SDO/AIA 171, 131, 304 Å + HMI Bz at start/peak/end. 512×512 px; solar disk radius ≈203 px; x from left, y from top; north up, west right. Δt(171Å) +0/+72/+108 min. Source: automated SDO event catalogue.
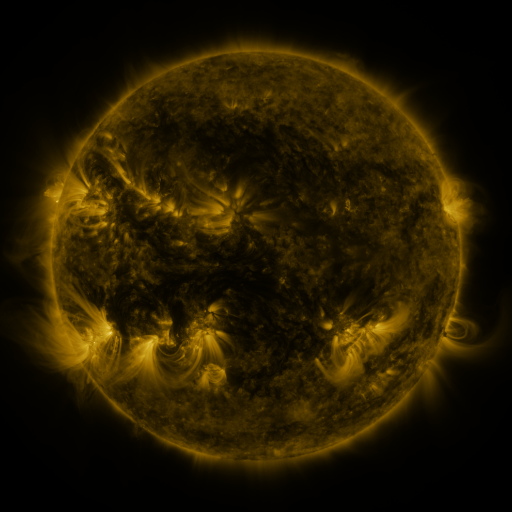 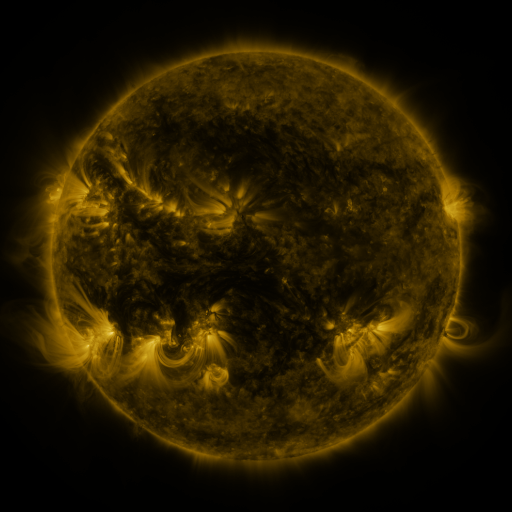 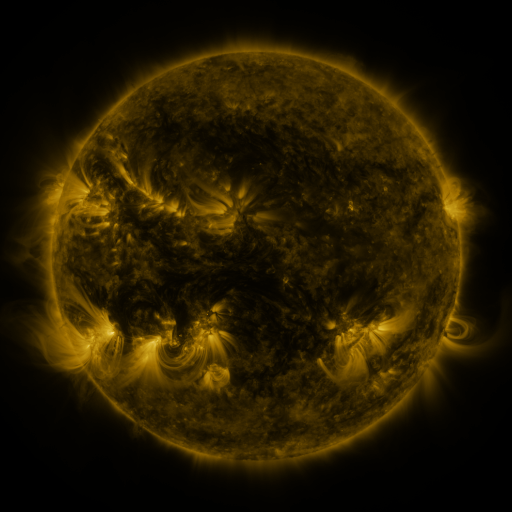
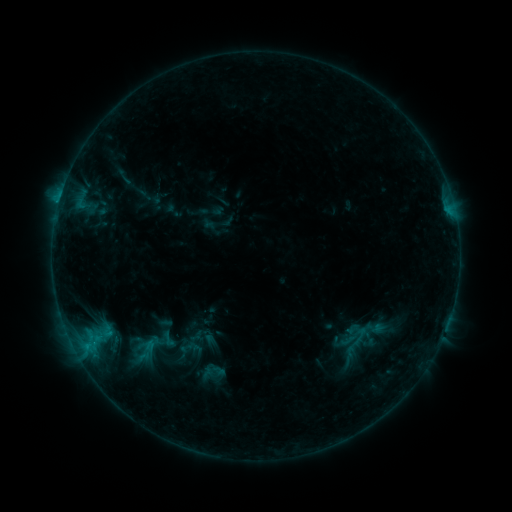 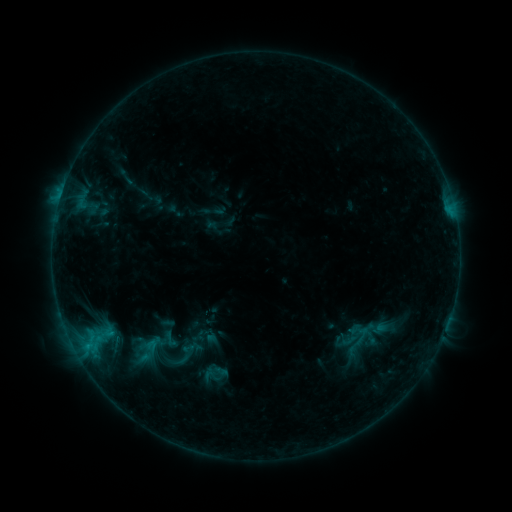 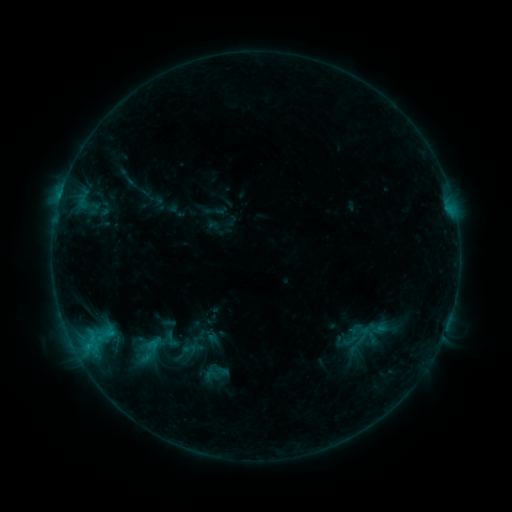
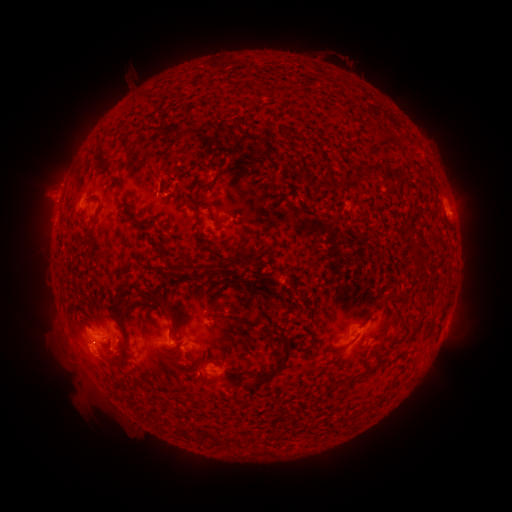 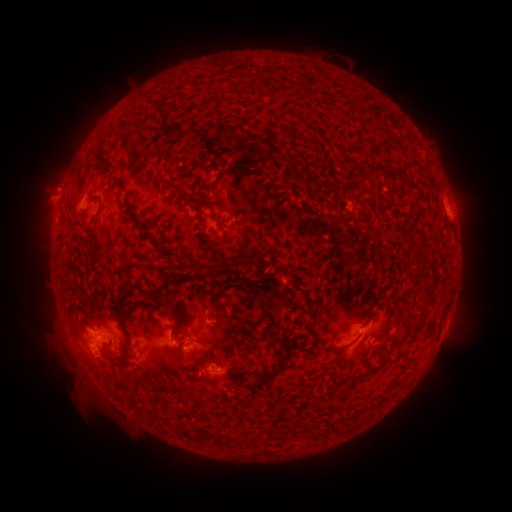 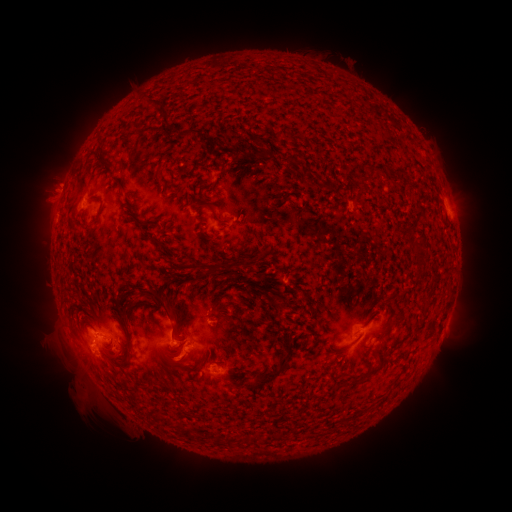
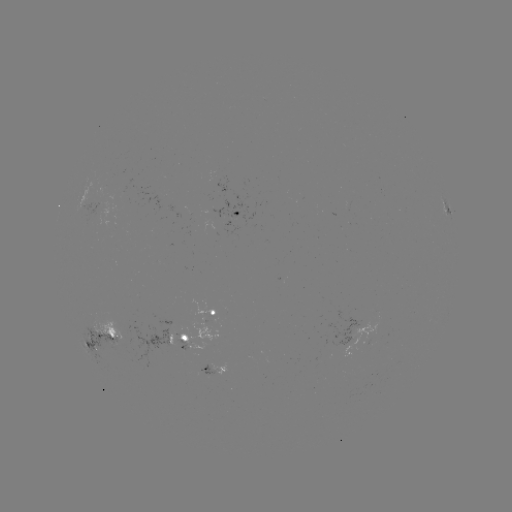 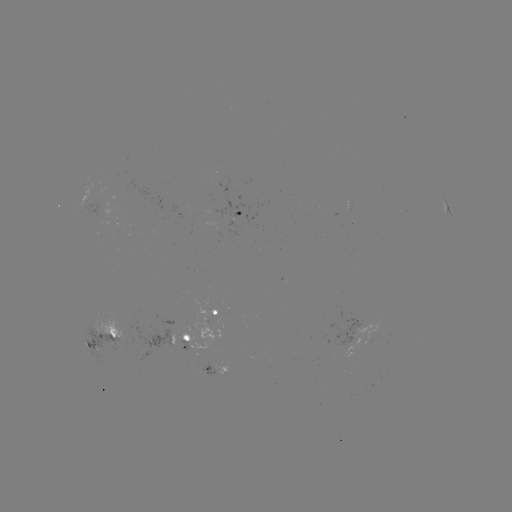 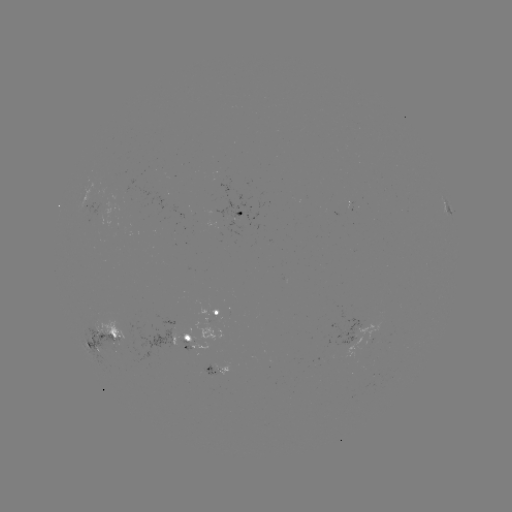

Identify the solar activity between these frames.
emerging-flux region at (368, 336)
